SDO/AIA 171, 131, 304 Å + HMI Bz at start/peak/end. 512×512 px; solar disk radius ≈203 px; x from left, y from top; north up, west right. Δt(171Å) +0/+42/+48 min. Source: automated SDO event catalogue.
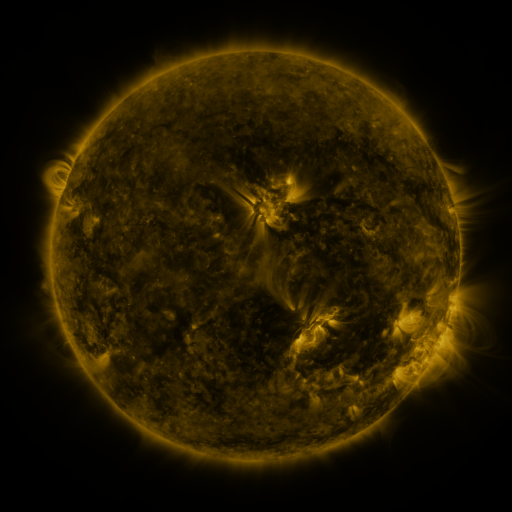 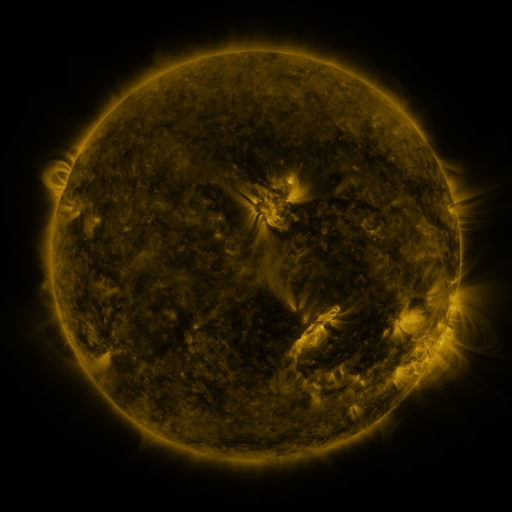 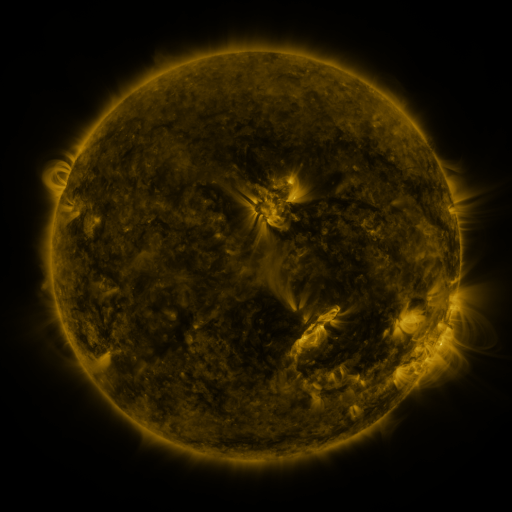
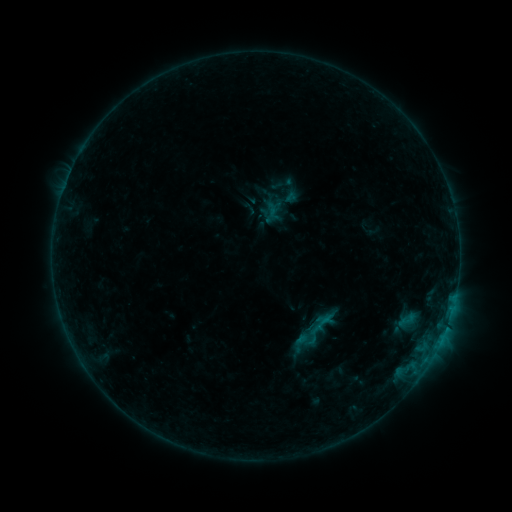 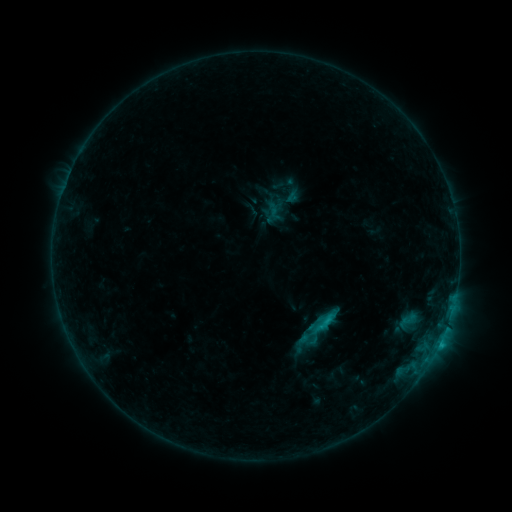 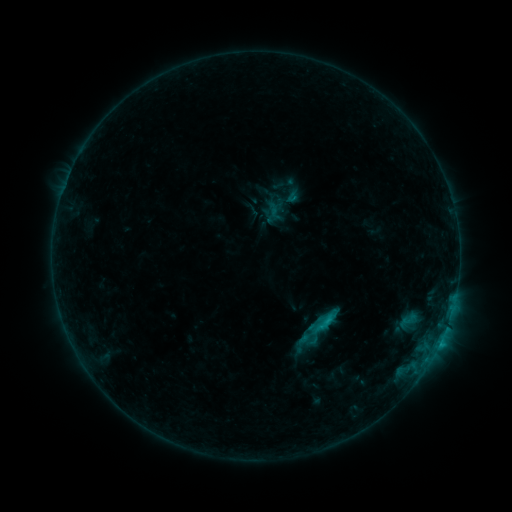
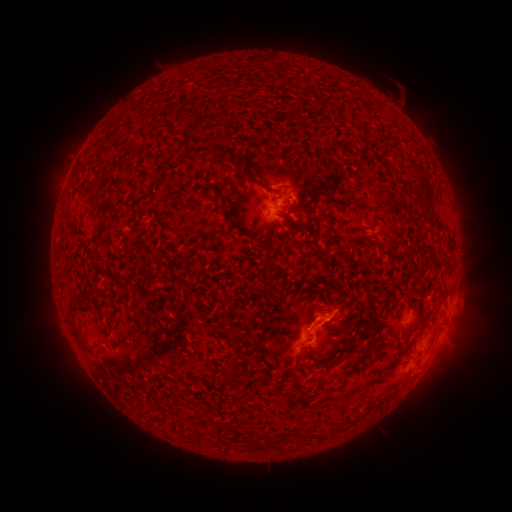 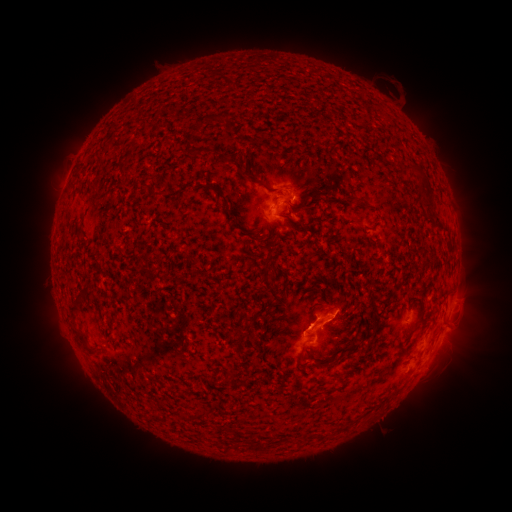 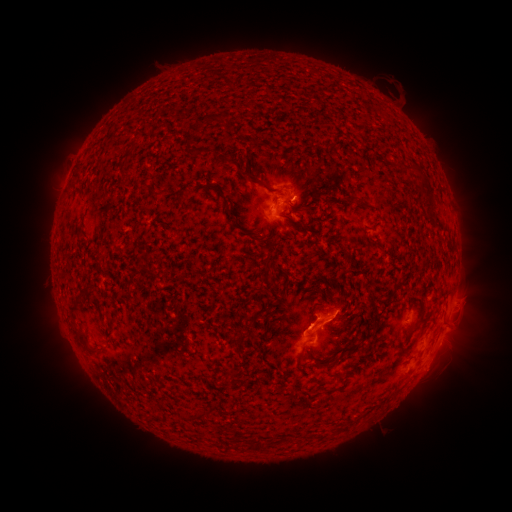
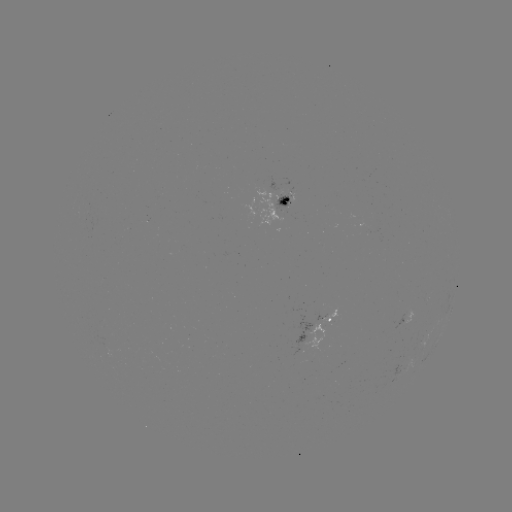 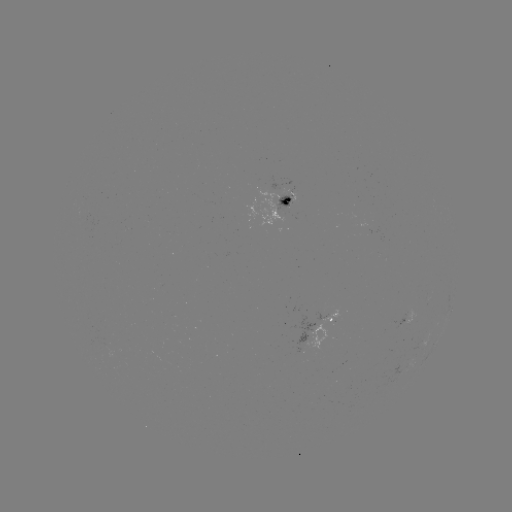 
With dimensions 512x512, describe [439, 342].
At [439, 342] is C1.1 flare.